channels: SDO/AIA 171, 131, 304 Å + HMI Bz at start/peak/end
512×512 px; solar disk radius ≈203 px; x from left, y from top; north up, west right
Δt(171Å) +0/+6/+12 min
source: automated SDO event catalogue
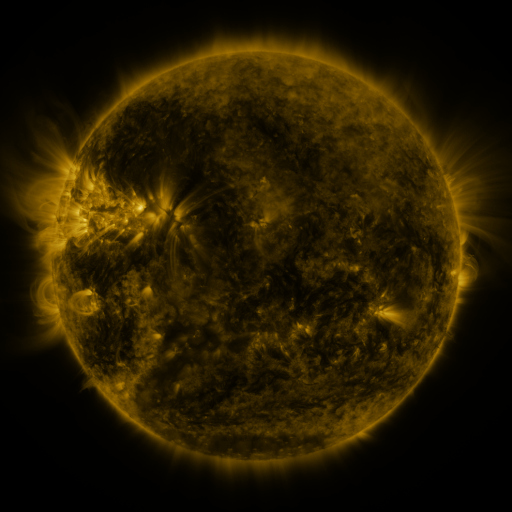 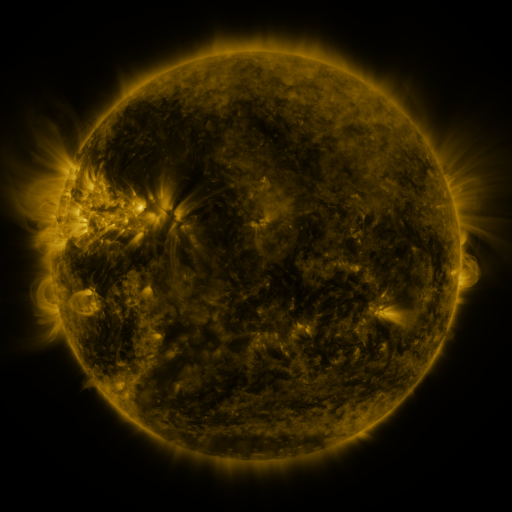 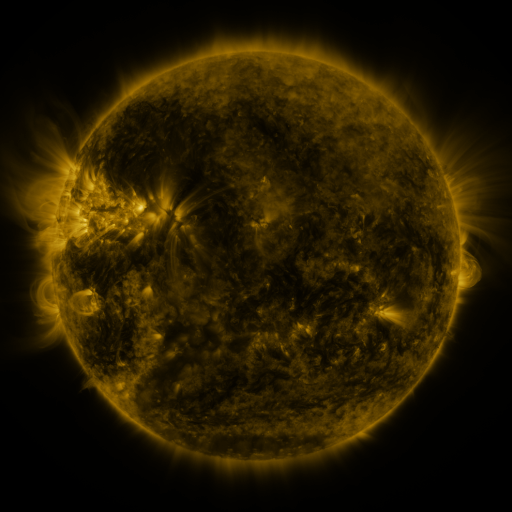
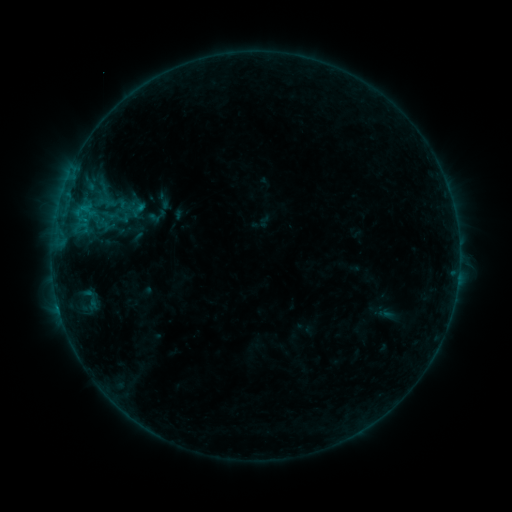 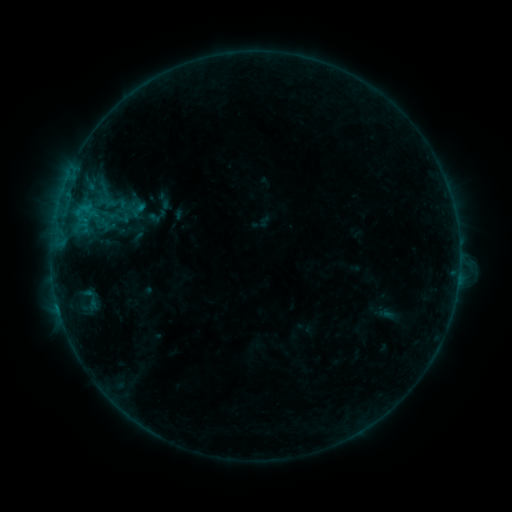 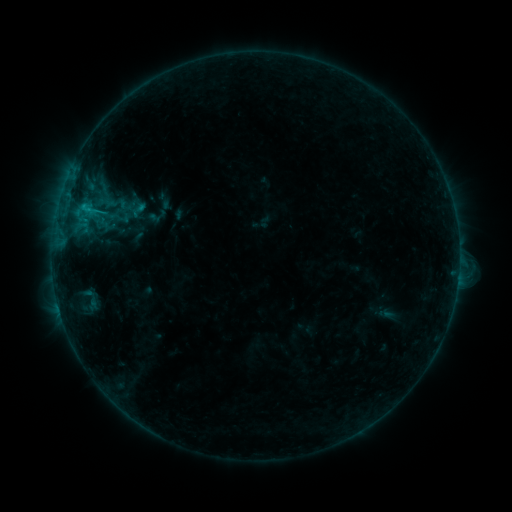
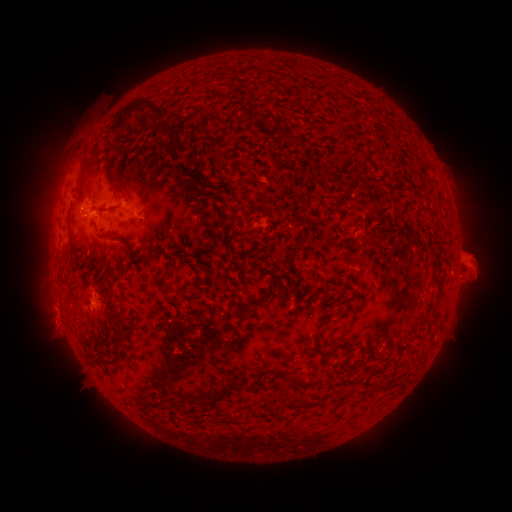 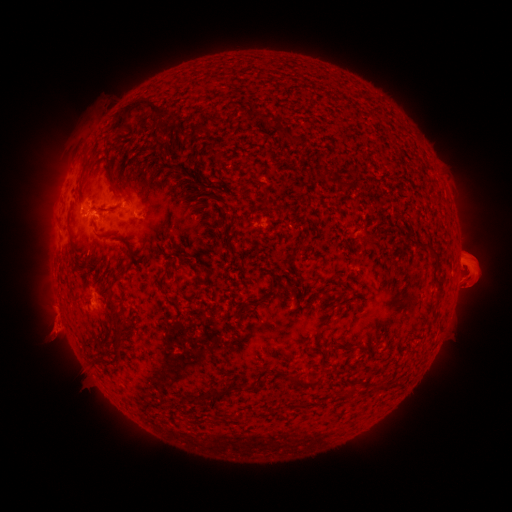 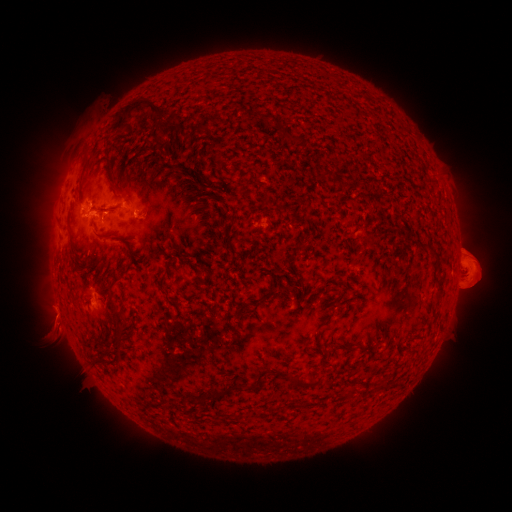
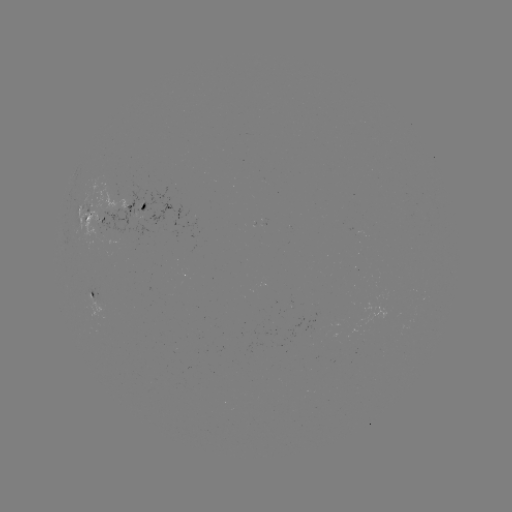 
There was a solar eruption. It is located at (60, 330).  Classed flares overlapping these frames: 1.